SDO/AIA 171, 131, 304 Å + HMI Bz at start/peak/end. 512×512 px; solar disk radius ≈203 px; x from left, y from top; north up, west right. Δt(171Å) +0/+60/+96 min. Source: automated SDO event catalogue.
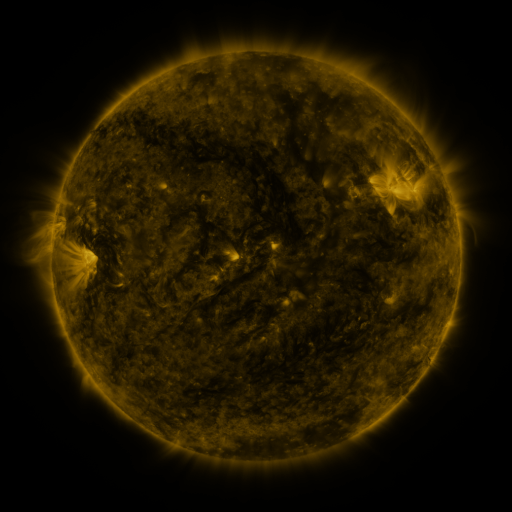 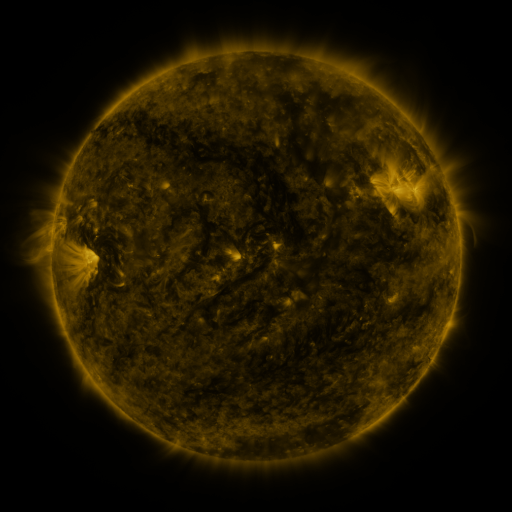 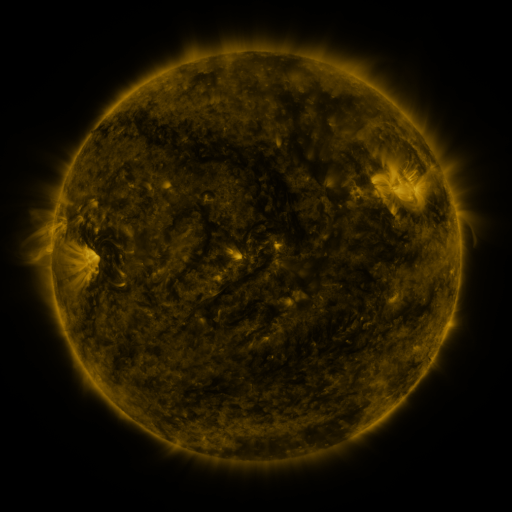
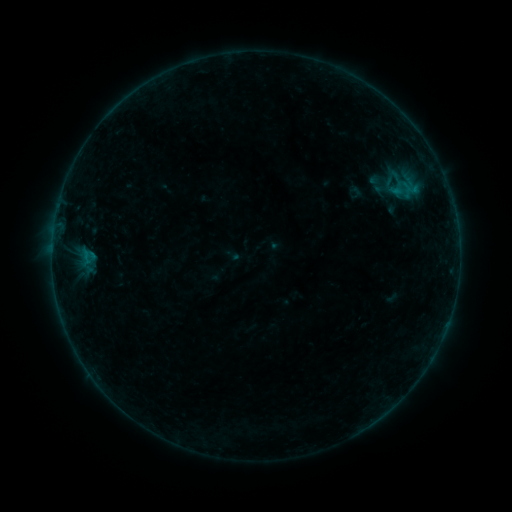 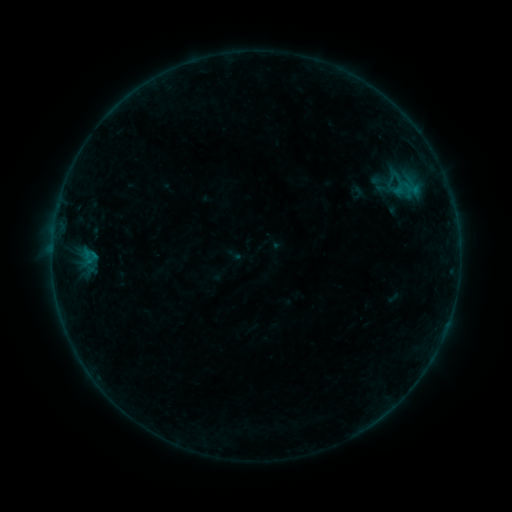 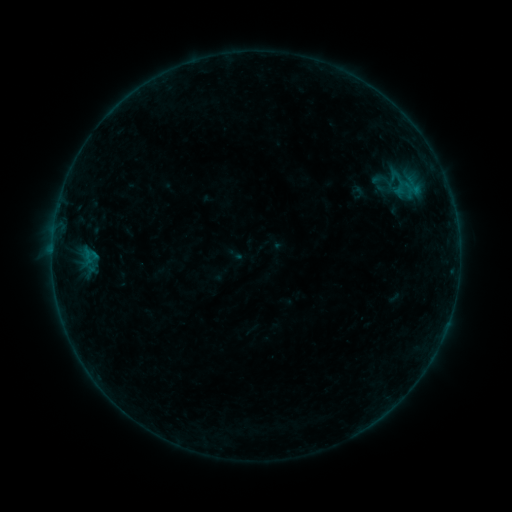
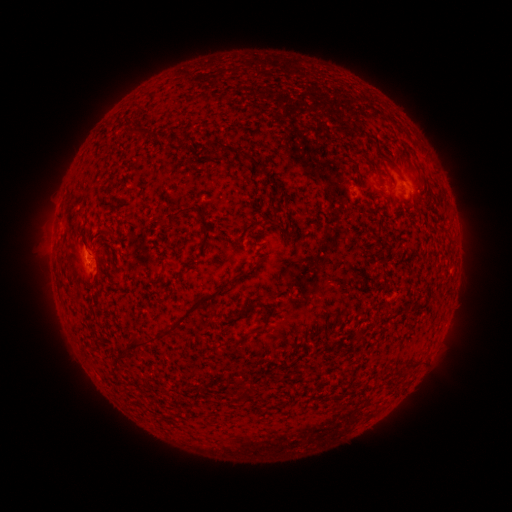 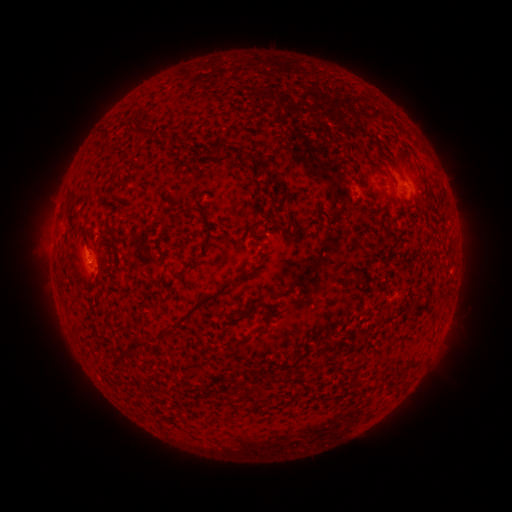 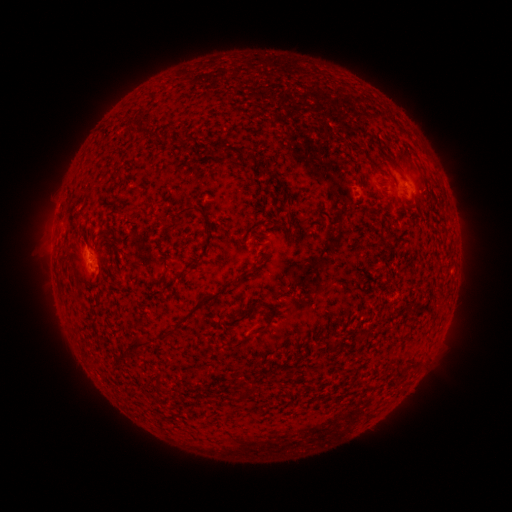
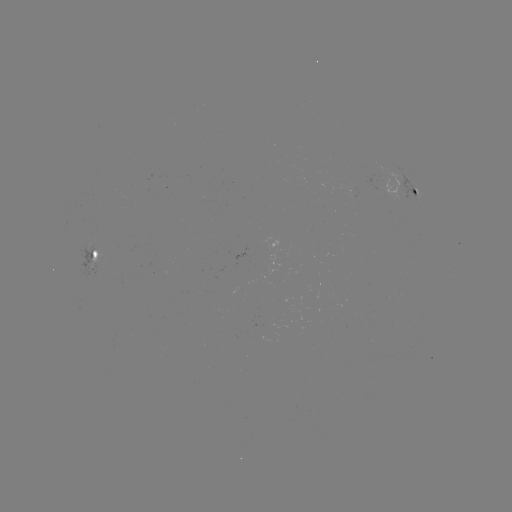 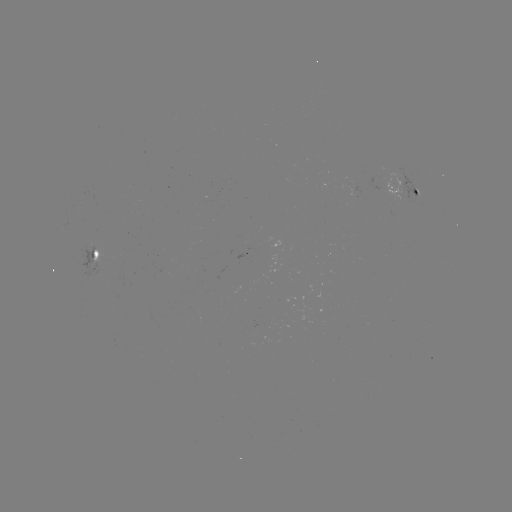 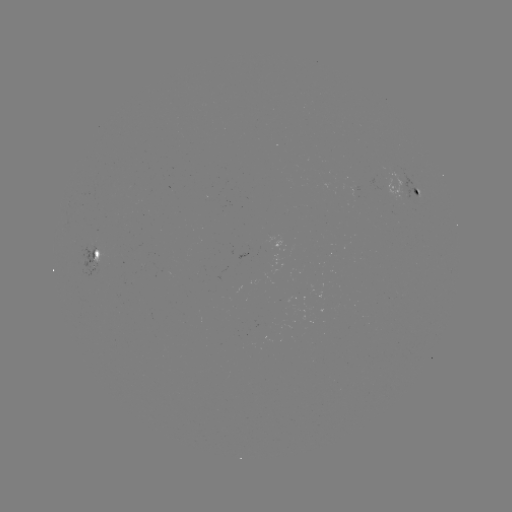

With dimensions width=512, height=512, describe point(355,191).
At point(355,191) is emerging-flux region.